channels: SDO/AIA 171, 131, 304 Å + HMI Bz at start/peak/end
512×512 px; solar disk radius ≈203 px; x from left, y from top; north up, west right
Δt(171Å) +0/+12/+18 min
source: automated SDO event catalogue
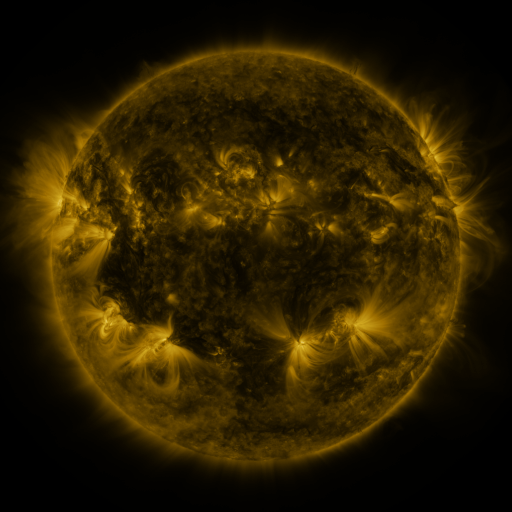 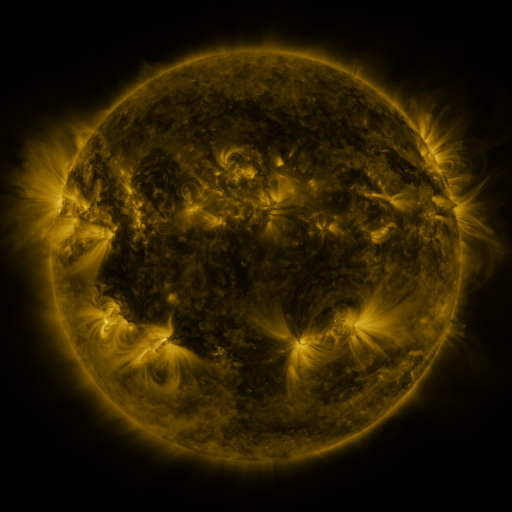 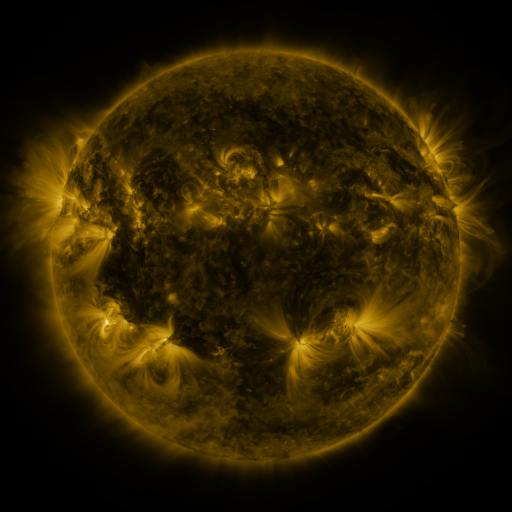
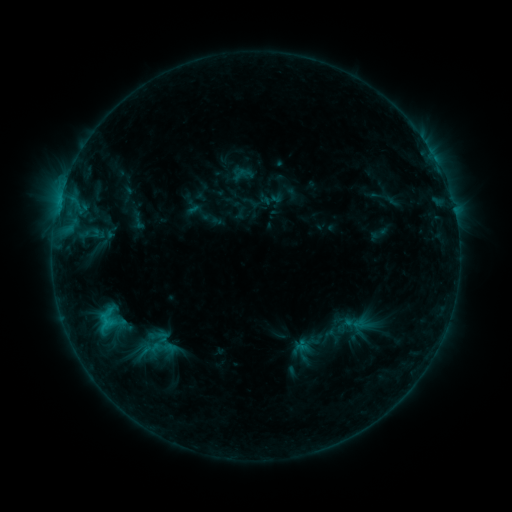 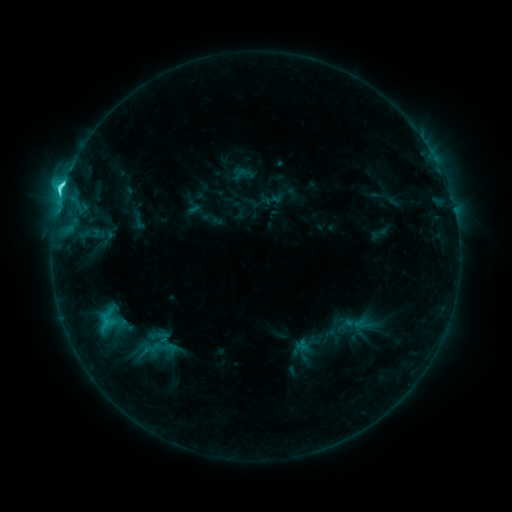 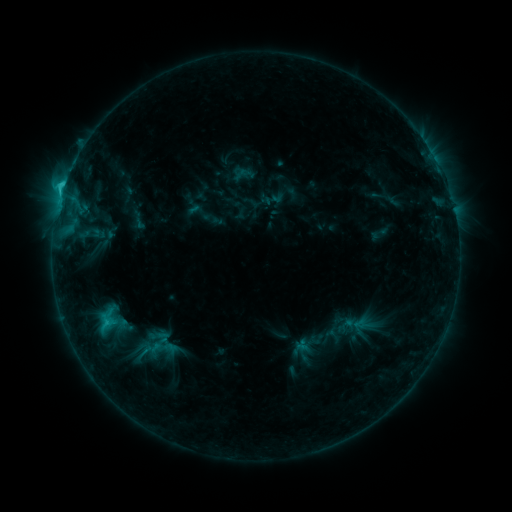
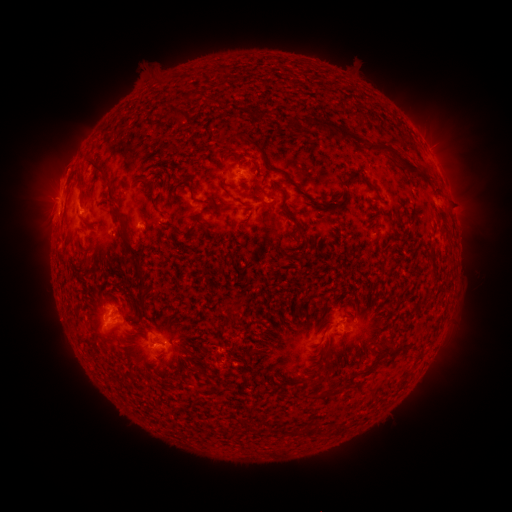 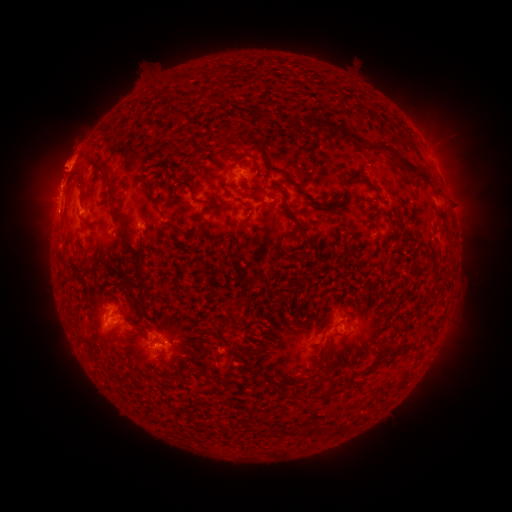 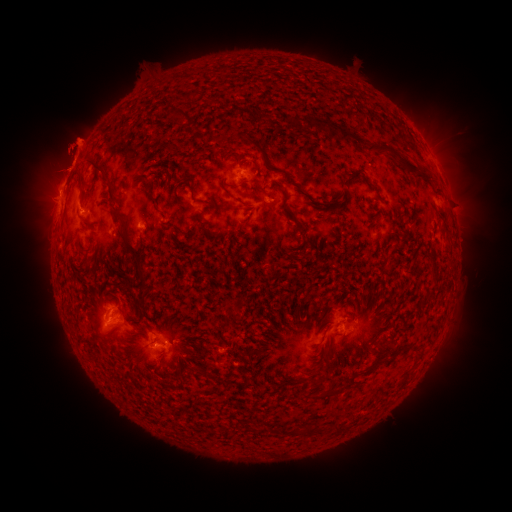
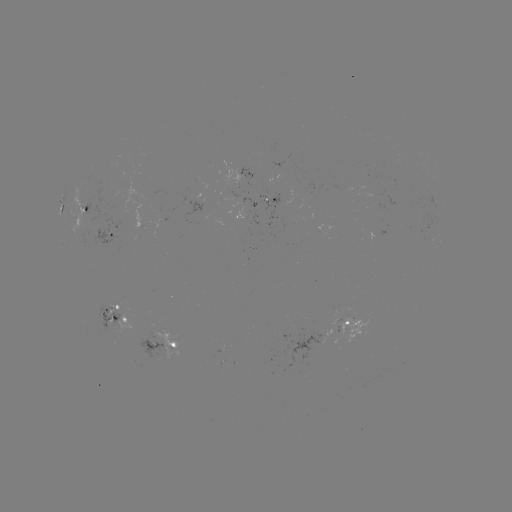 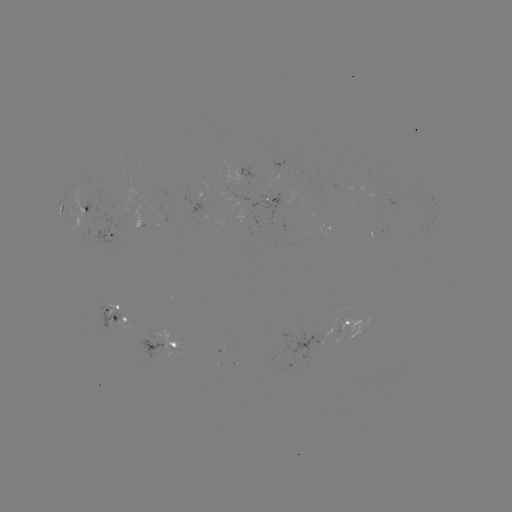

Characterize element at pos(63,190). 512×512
C4.5 flare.